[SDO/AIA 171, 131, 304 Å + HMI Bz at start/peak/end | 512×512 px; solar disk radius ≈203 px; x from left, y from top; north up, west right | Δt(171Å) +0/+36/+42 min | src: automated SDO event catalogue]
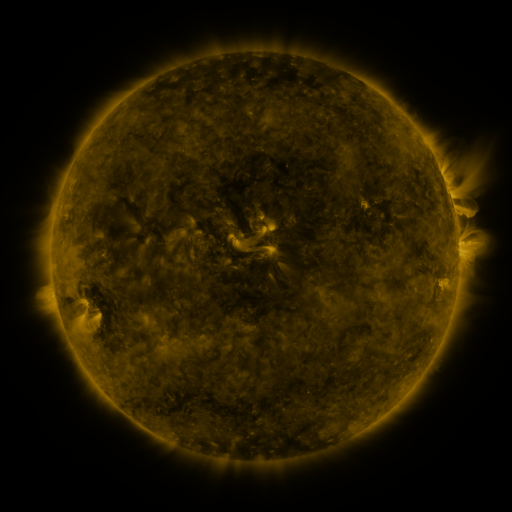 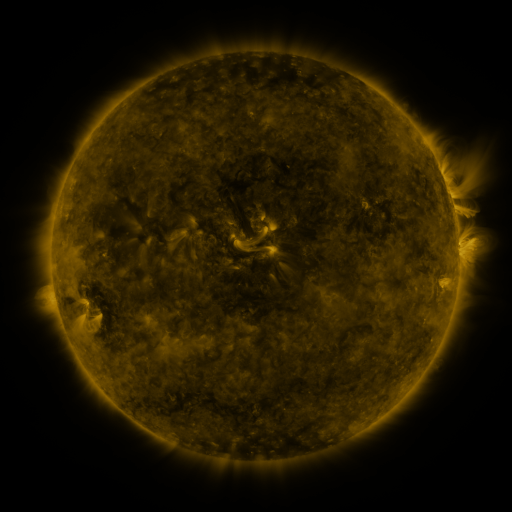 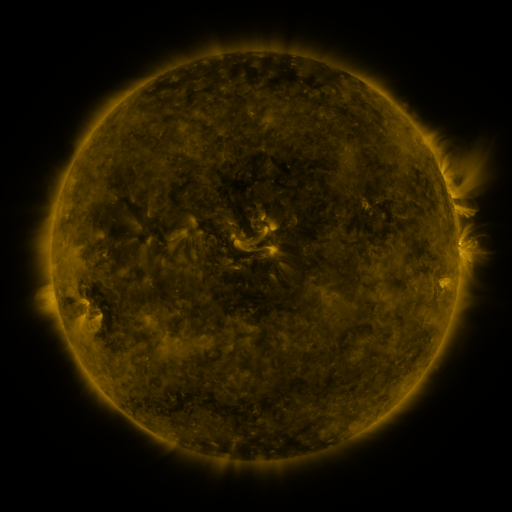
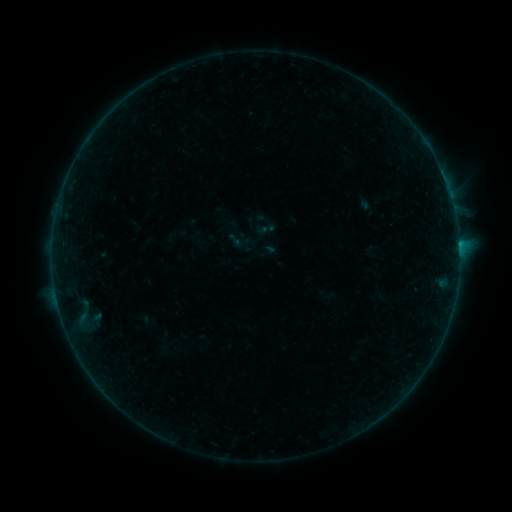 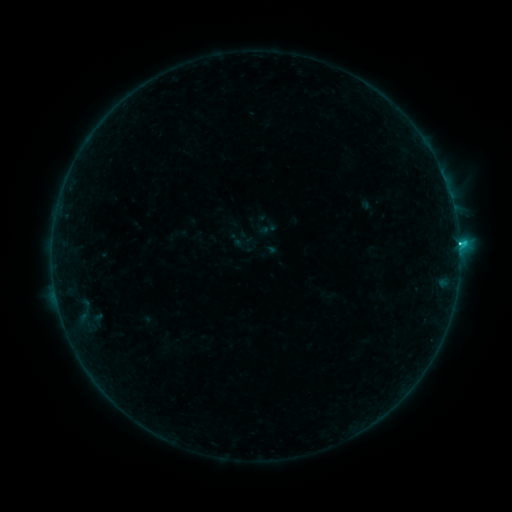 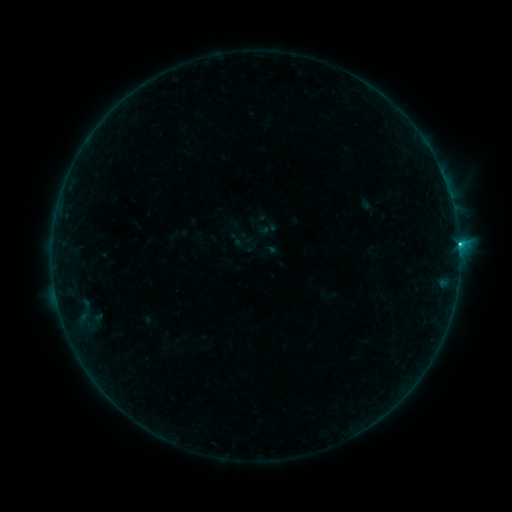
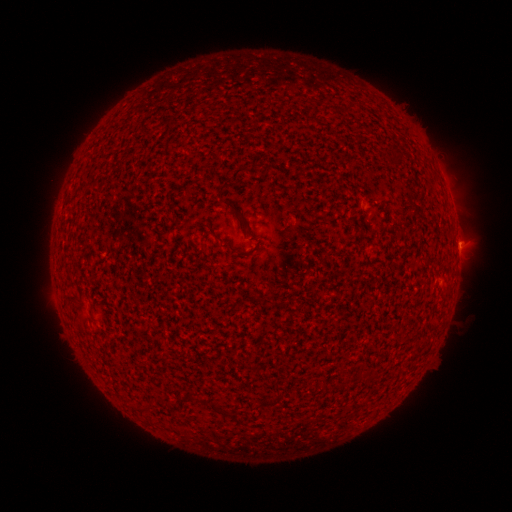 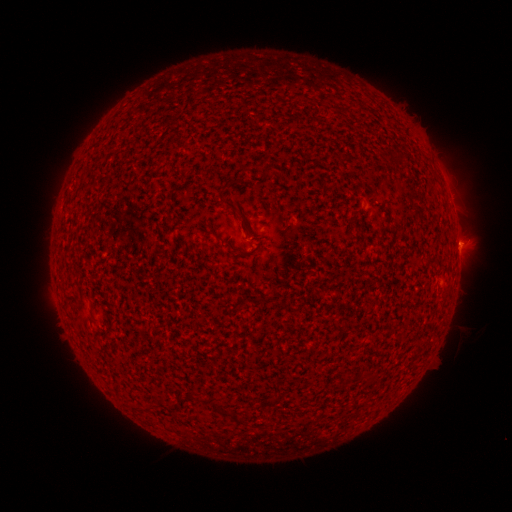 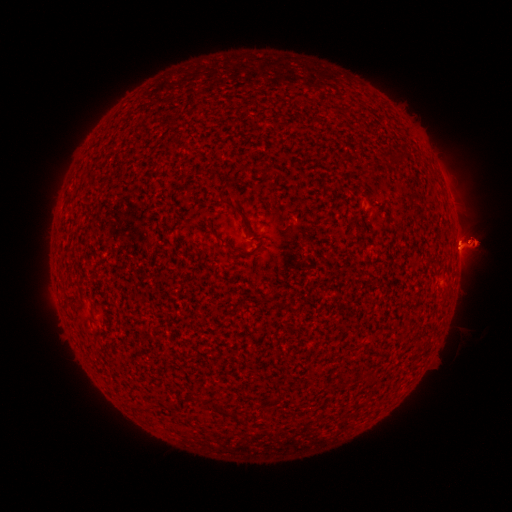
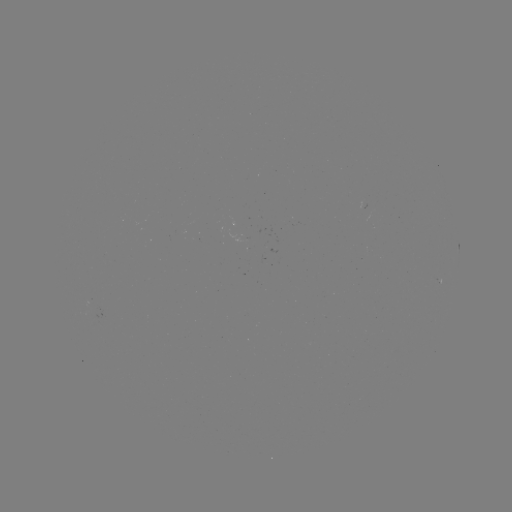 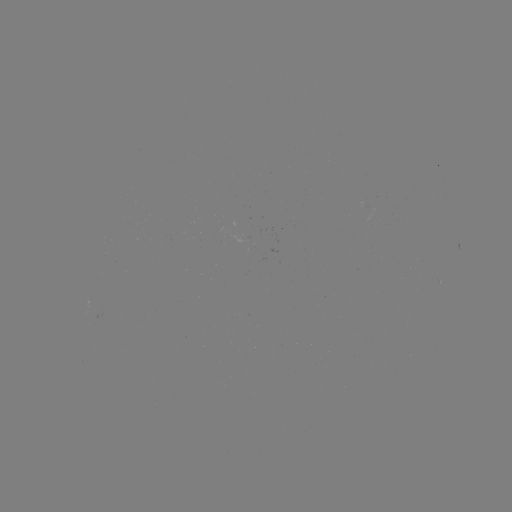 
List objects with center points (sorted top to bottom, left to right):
M1.3 flare: (458, 245)
